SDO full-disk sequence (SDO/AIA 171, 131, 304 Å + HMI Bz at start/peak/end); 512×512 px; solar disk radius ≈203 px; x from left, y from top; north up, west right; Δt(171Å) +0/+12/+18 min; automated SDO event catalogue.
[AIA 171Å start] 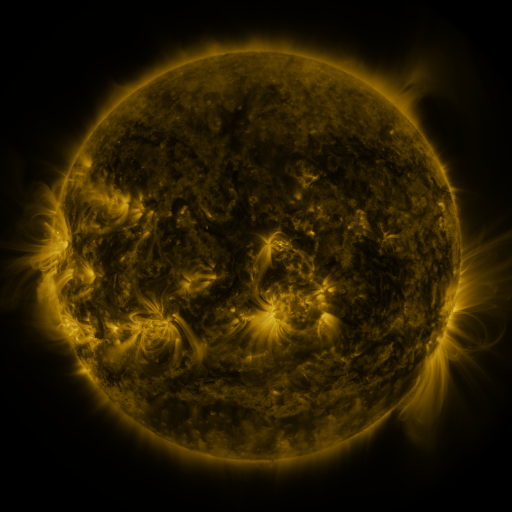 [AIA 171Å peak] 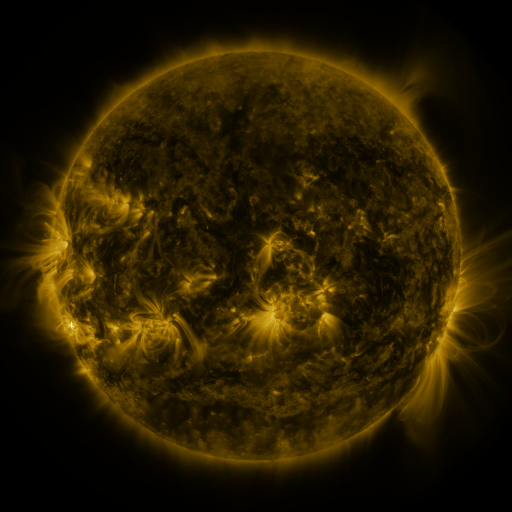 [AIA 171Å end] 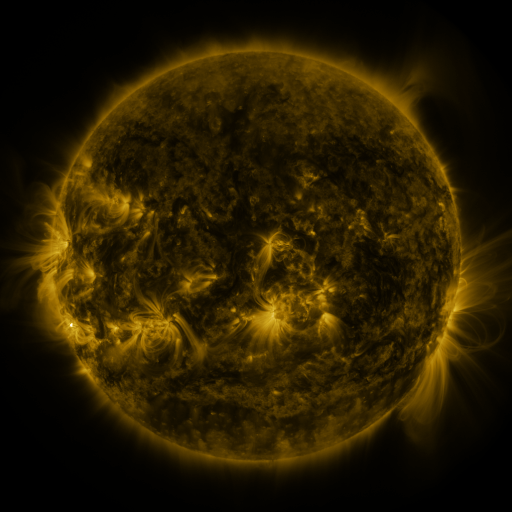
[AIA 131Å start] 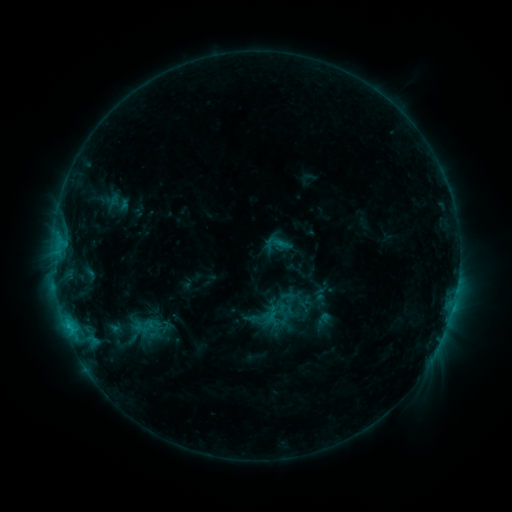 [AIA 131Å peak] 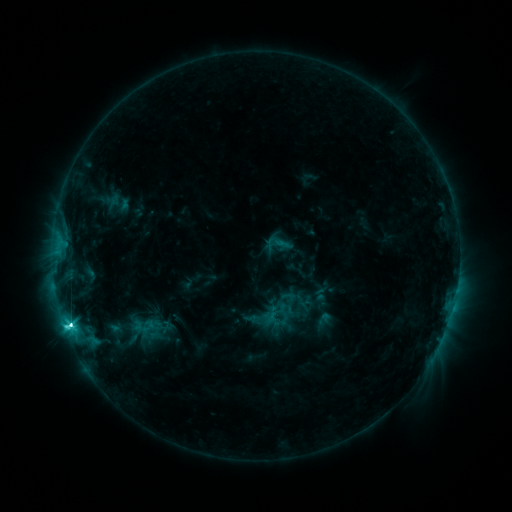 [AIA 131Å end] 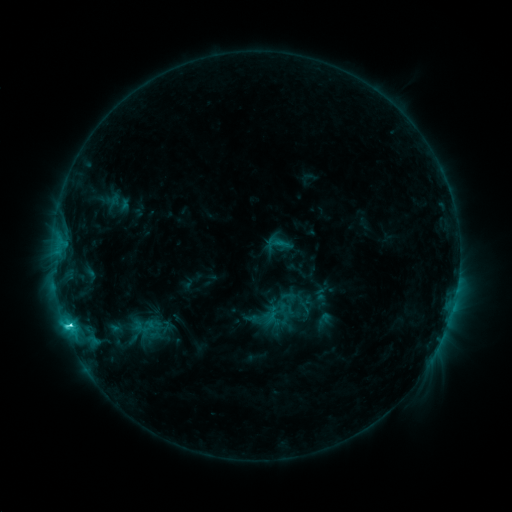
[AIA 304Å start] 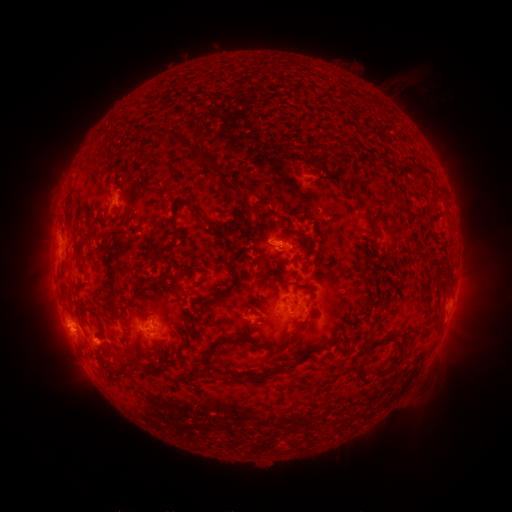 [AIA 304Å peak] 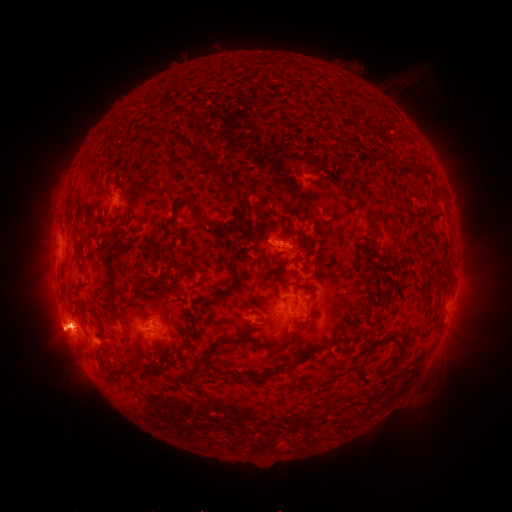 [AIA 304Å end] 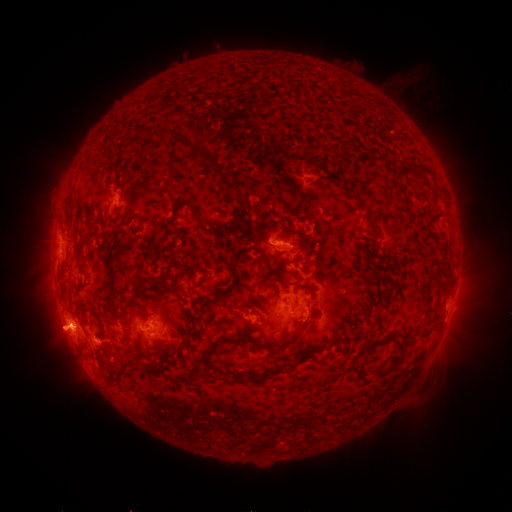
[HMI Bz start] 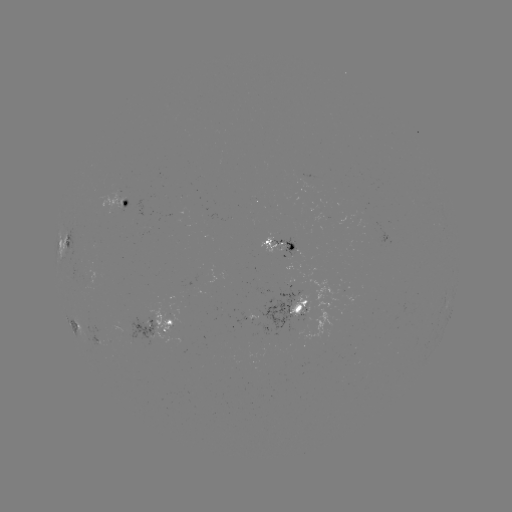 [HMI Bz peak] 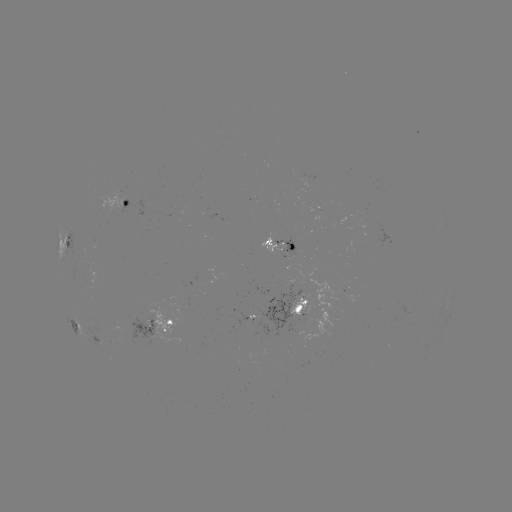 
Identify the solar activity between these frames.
C8.2 flare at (70, 323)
